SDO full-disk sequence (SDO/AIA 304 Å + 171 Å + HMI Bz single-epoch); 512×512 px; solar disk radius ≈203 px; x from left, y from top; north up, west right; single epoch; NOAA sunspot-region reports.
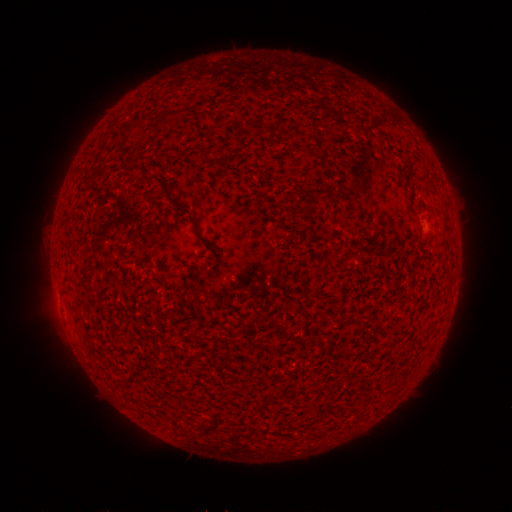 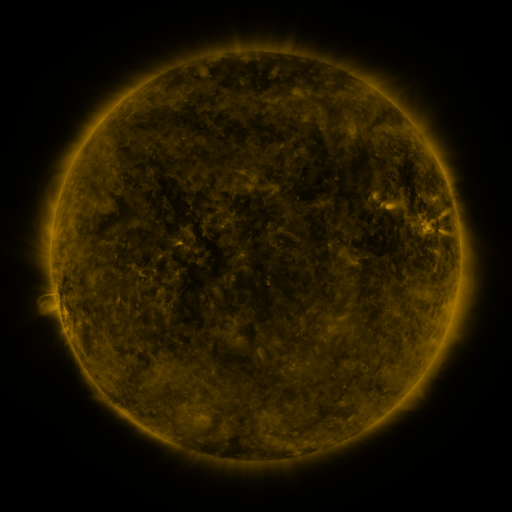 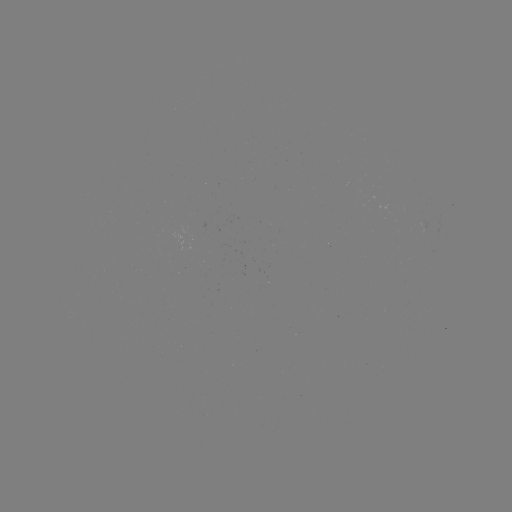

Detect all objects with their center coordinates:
(none)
